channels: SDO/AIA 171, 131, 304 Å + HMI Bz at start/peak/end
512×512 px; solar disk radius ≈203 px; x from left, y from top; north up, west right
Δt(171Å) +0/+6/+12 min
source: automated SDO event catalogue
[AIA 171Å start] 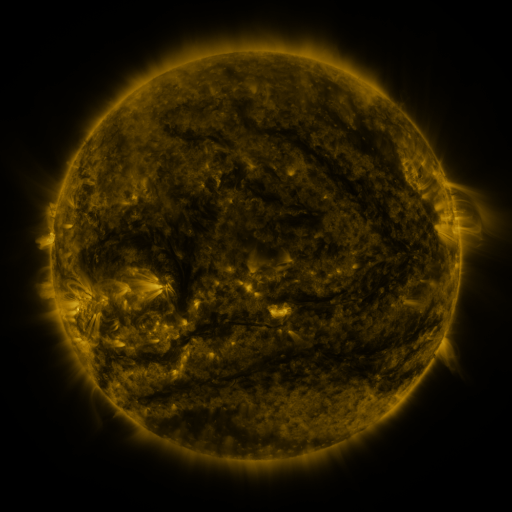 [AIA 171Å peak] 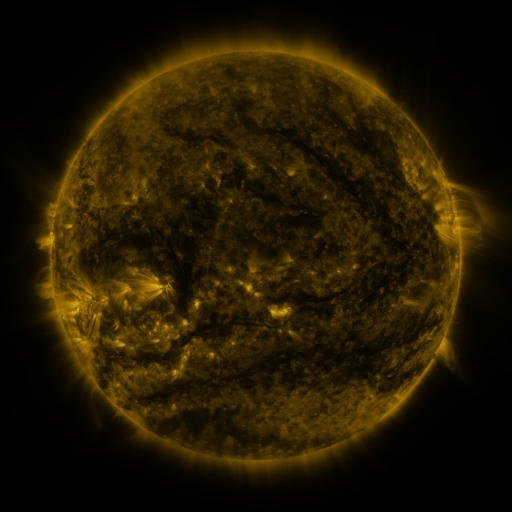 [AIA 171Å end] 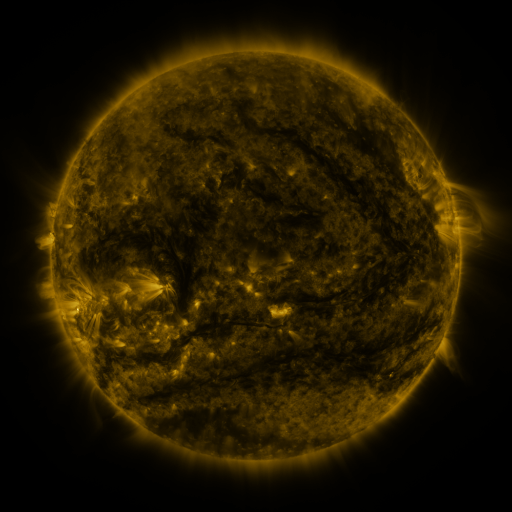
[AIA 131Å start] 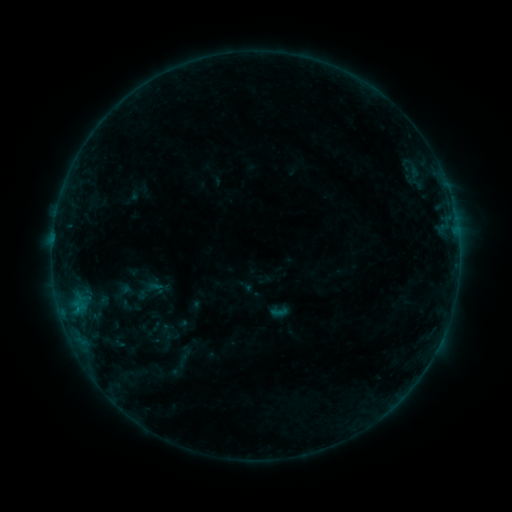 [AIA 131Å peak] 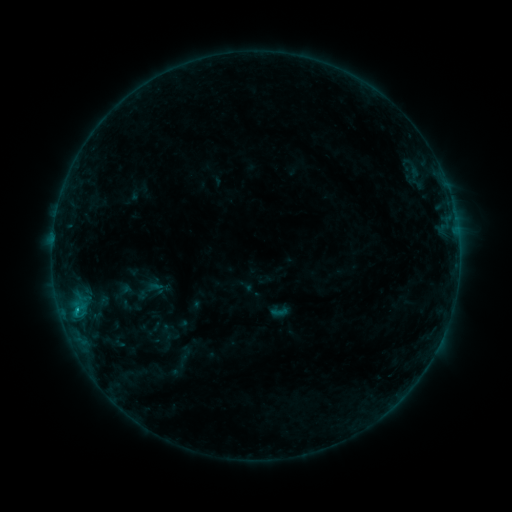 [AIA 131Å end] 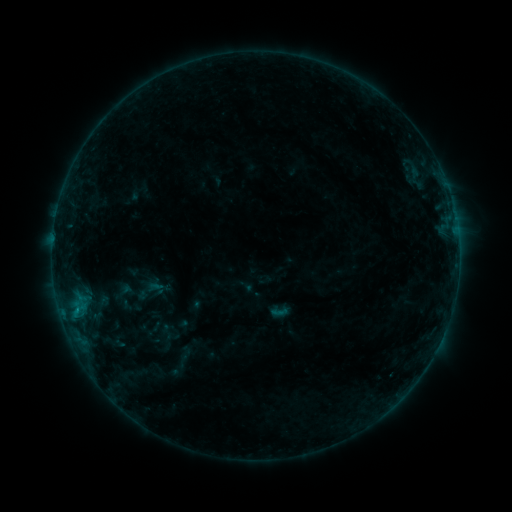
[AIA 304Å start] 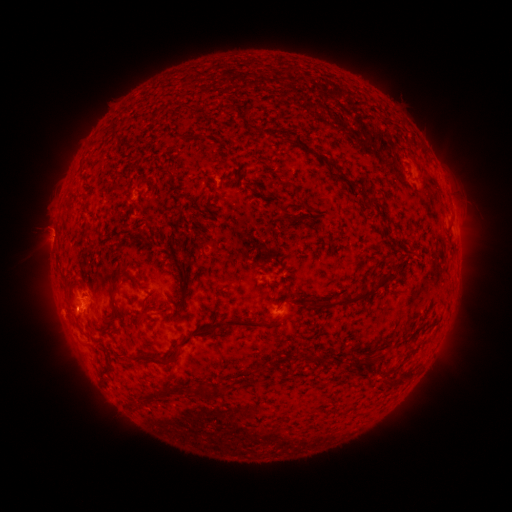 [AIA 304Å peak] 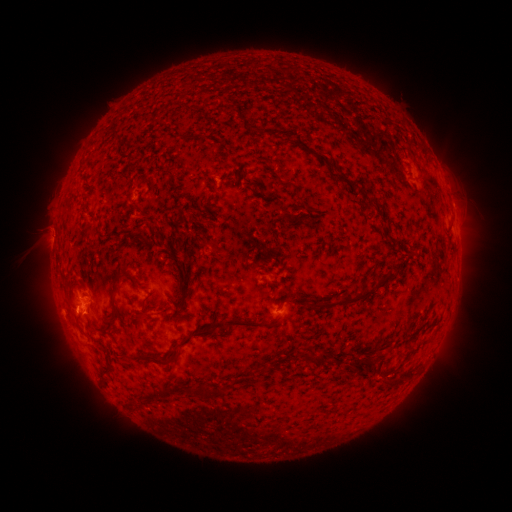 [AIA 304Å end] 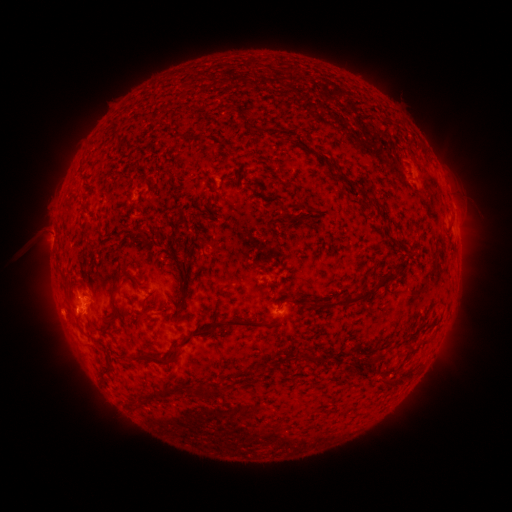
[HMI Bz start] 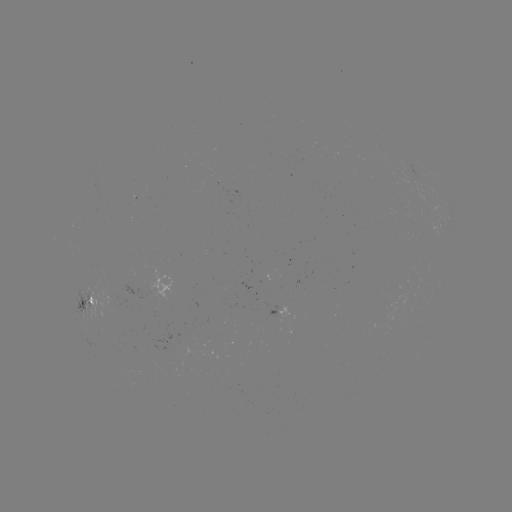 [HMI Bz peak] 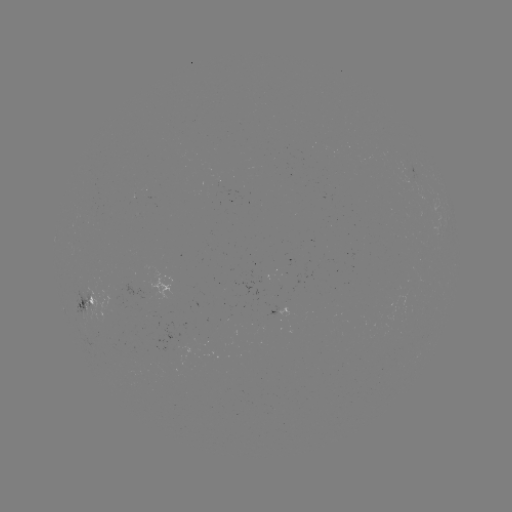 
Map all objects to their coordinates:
B6.4 flare: (77, 306)
